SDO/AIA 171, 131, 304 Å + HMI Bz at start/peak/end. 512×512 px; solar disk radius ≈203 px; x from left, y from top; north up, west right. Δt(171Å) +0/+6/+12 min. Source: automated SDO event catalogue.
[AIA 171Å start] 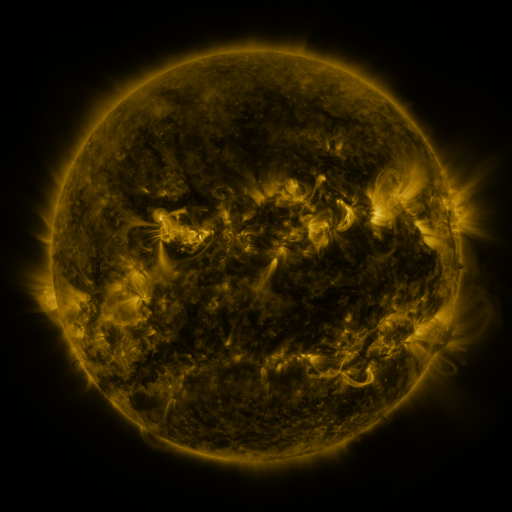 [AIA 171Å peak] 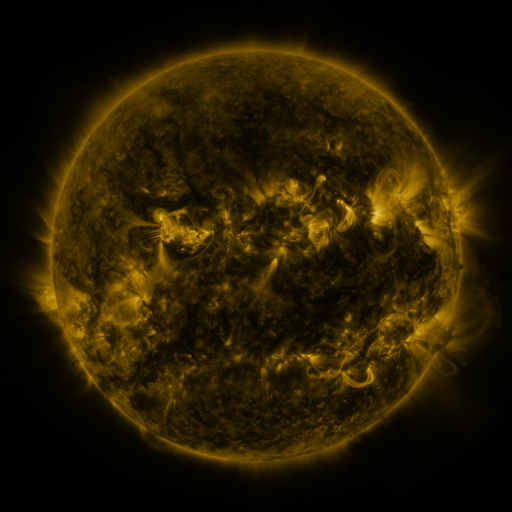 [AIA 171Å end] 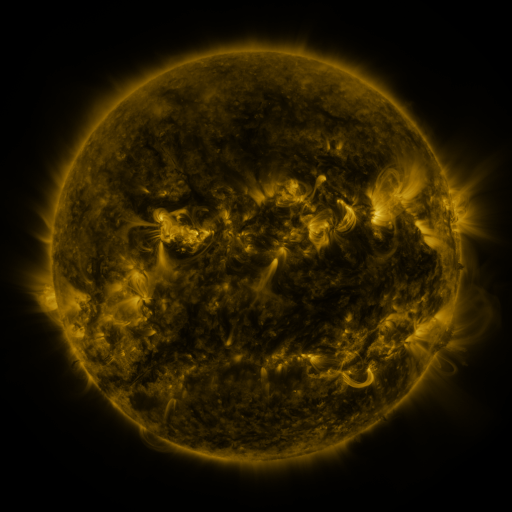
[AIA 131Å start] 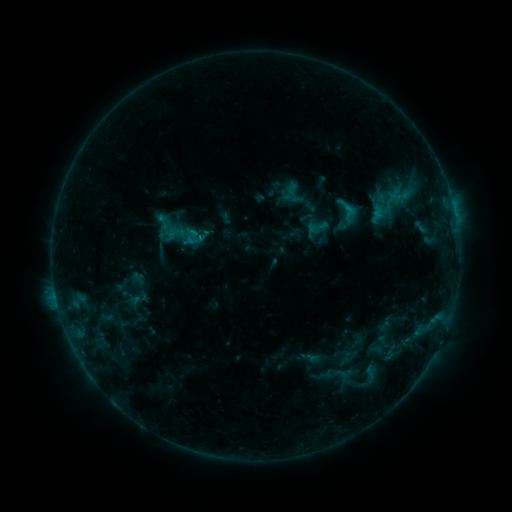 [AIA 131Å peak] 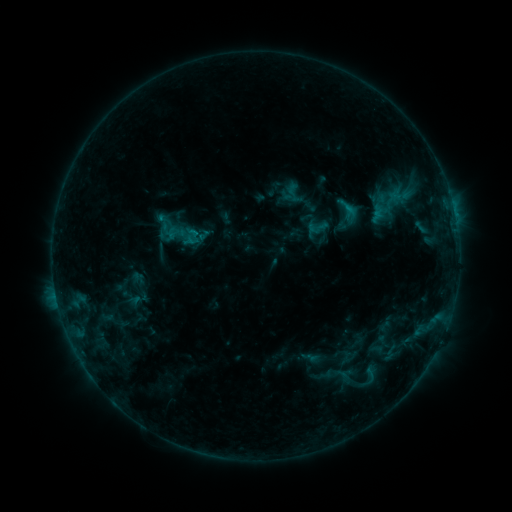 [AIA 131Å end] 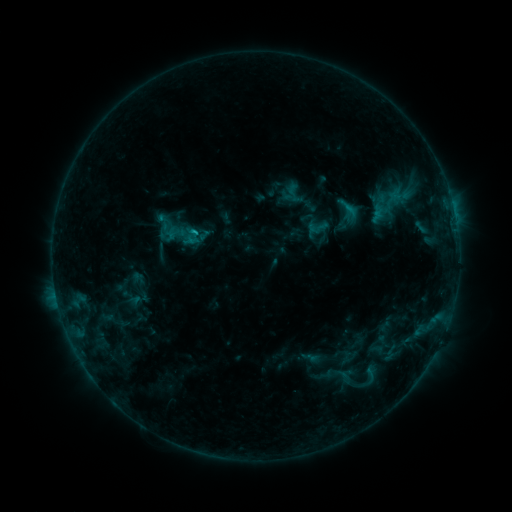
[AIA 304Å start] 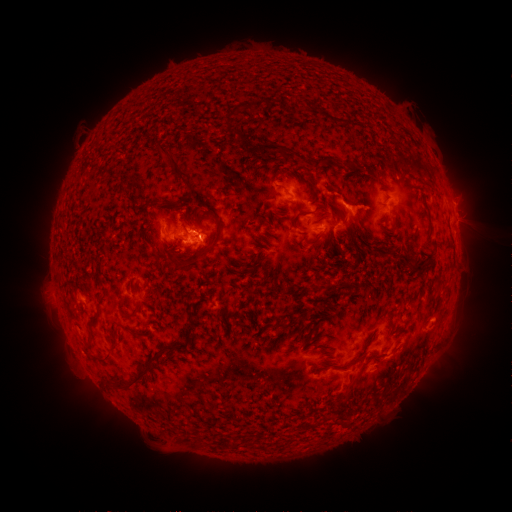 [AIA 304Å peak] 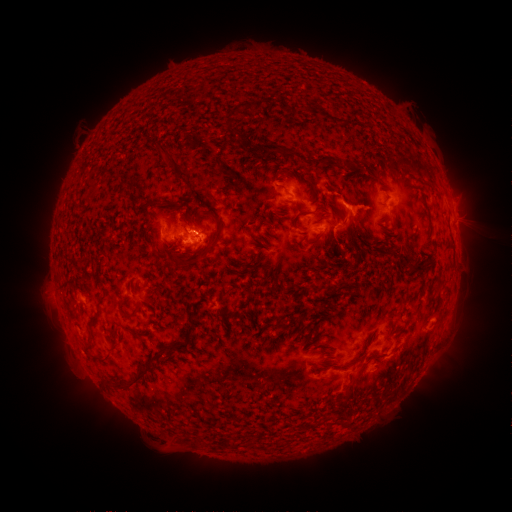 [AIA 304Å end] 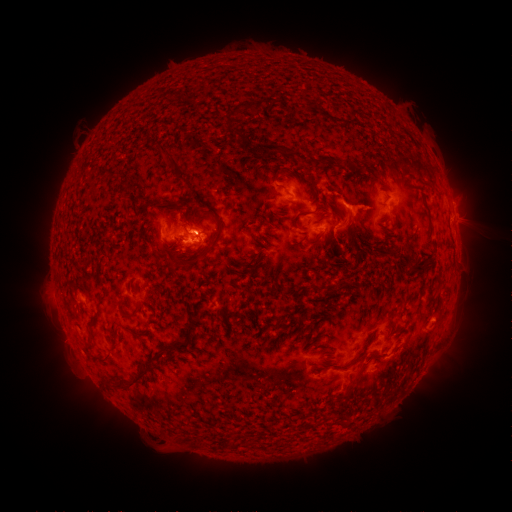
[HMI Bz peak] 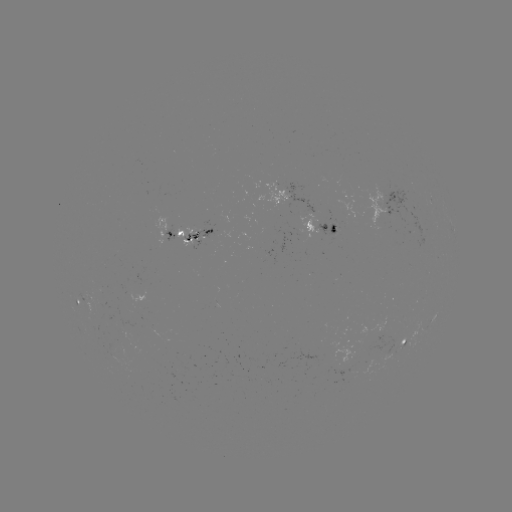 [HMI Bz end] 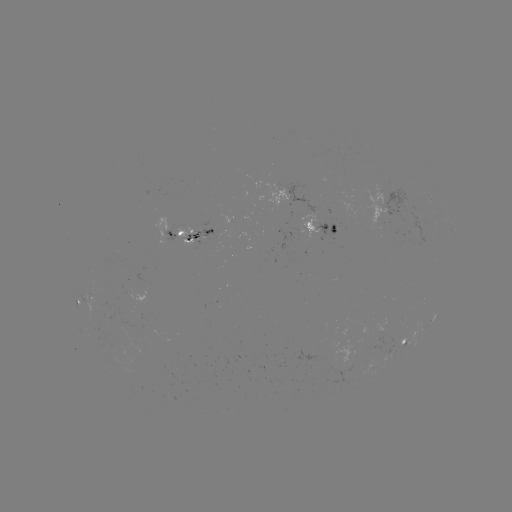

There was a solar flare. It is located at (196, 234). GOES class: C1.6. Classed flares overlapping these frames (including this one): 1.